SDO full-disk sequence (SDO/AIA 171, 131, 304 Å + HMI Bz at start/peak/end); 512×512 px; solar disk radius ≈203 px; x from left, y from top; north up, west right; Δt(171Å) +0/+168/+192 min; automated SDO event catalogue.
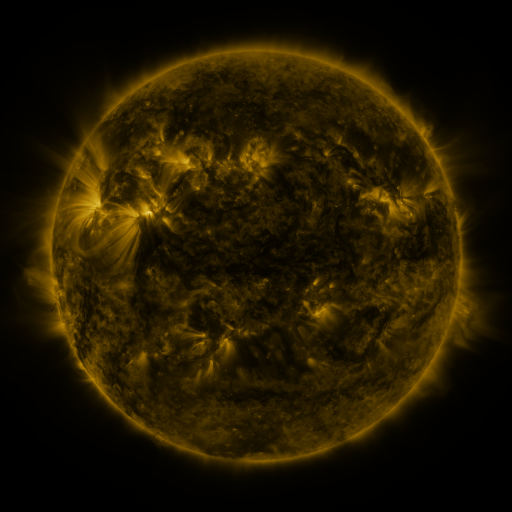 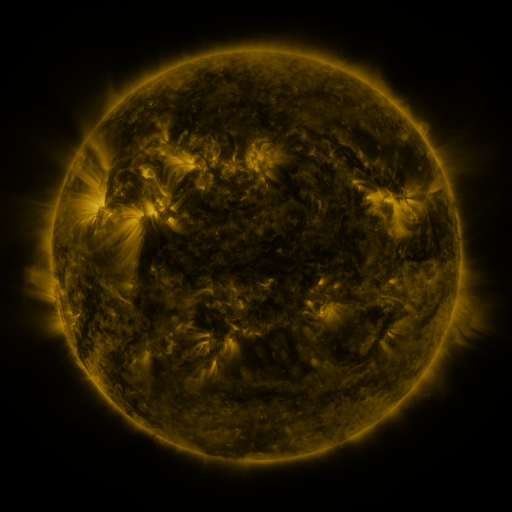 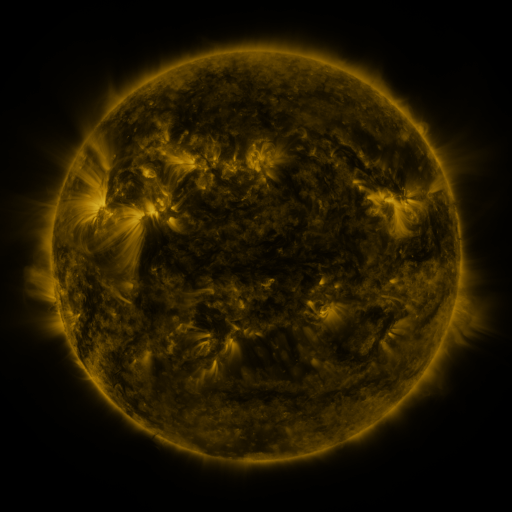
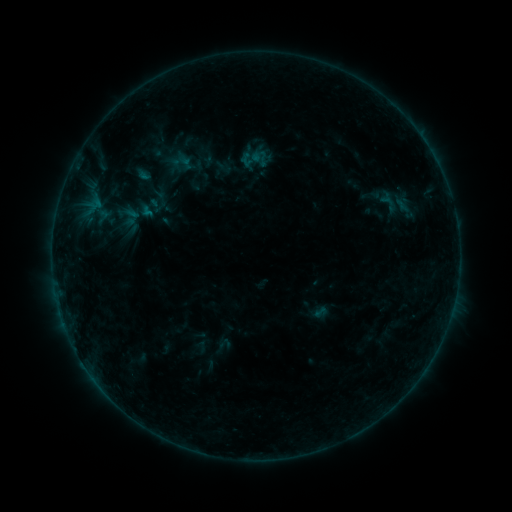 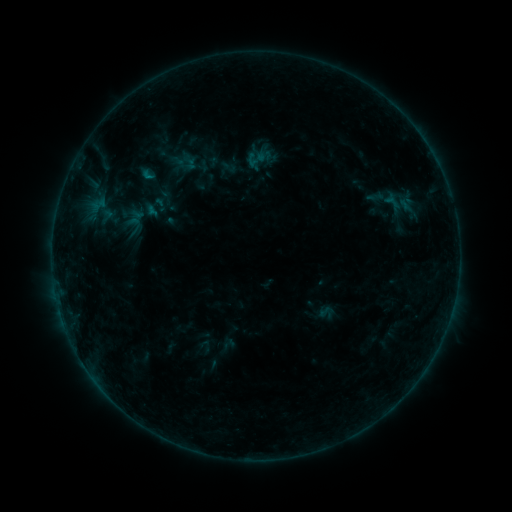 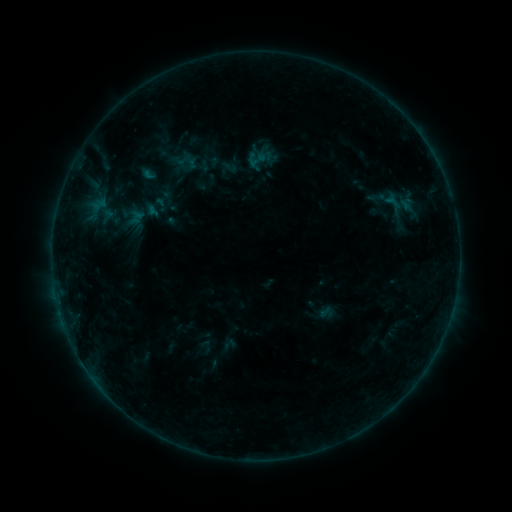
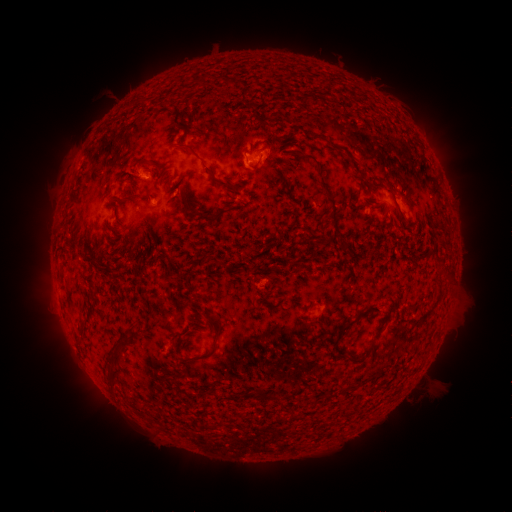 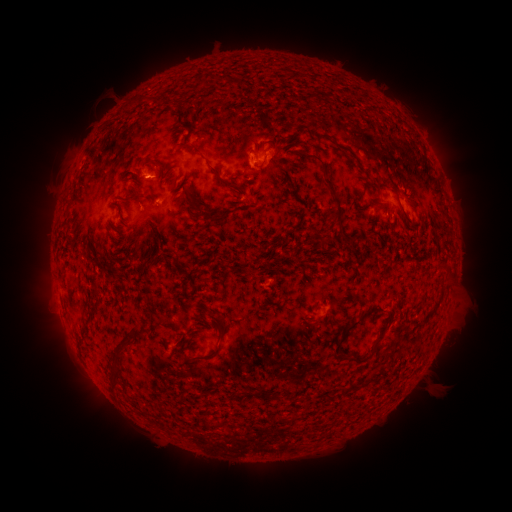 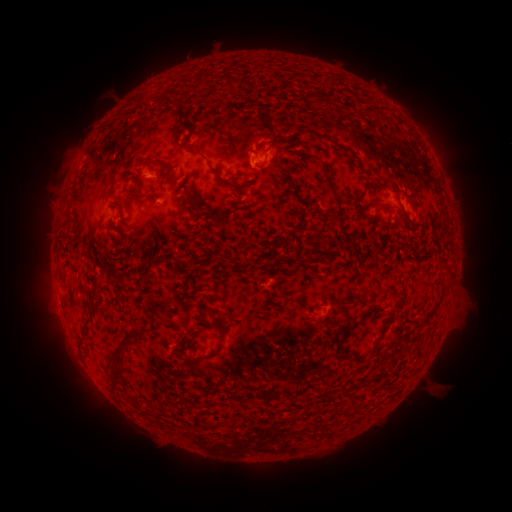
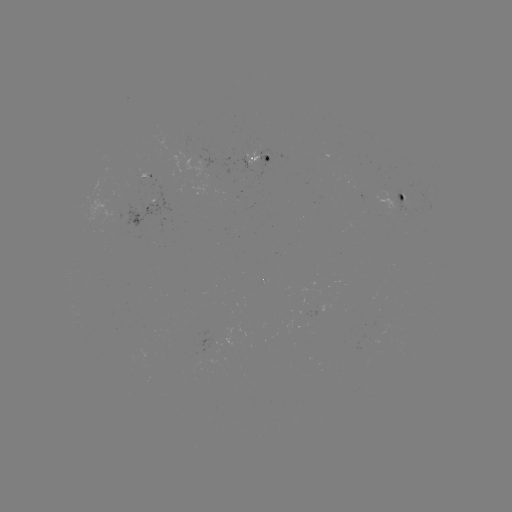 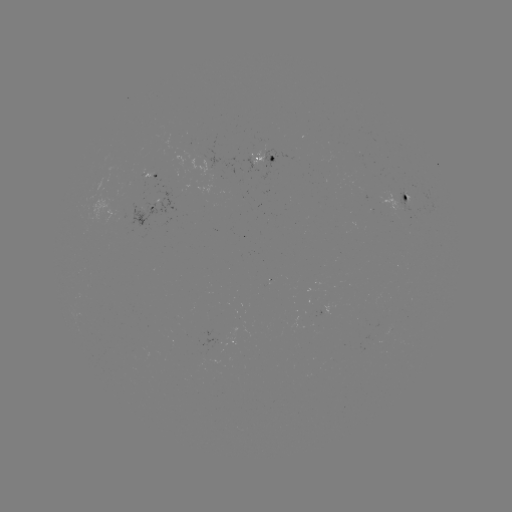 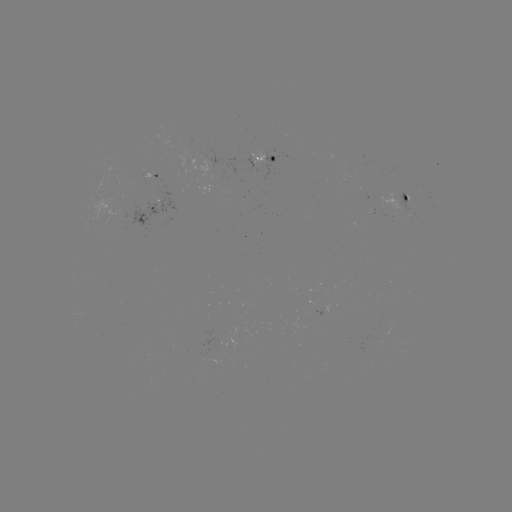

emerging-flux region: <bbox>394, 186, 414, 215</bbox>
